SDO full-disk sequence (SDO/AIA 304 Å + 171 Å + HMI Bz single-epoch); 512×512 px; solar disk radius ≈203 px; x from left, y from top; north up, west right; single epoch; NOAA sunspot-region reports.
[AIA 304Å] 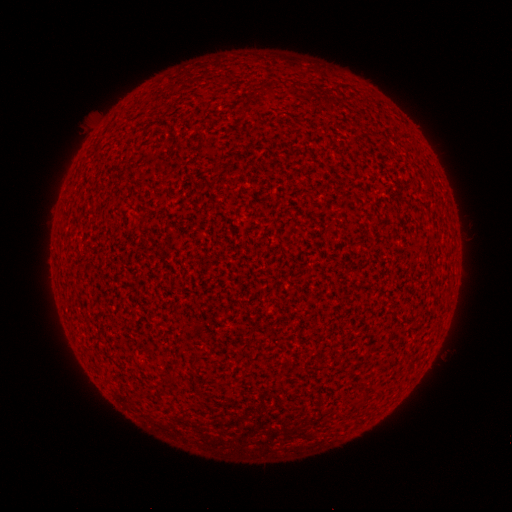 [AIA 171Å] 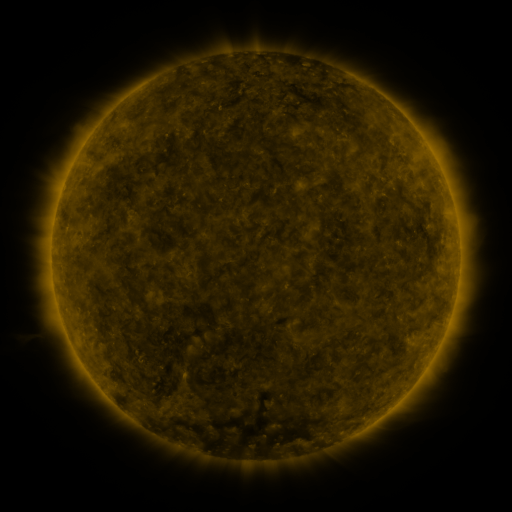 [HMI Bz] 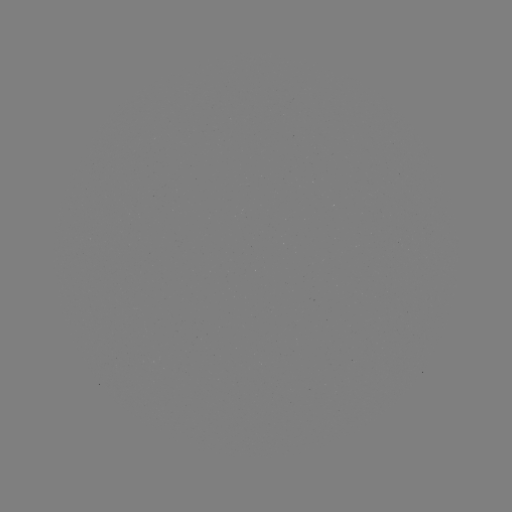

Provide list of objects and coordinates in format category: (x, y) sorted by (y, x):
(none)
